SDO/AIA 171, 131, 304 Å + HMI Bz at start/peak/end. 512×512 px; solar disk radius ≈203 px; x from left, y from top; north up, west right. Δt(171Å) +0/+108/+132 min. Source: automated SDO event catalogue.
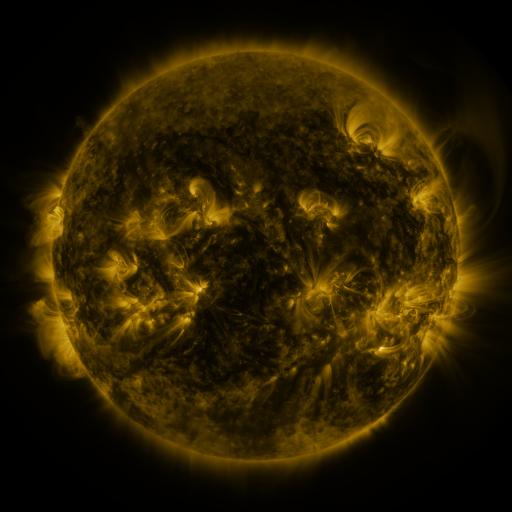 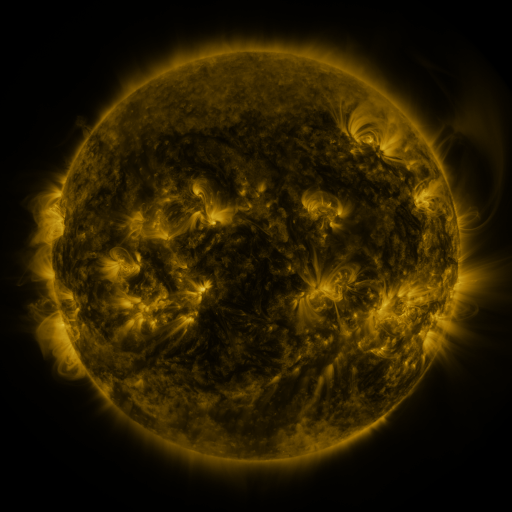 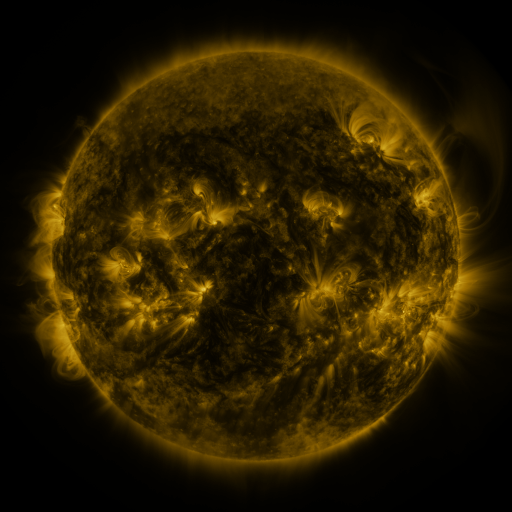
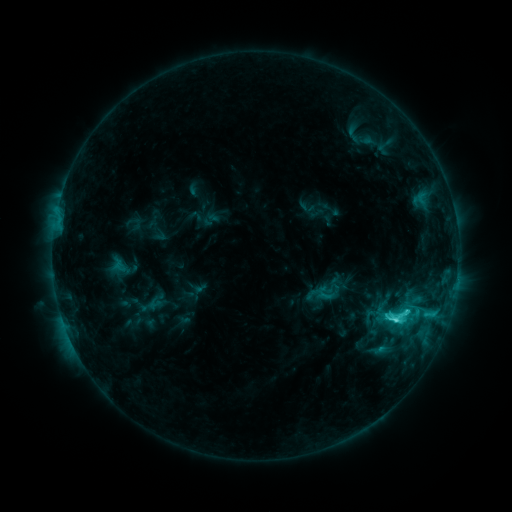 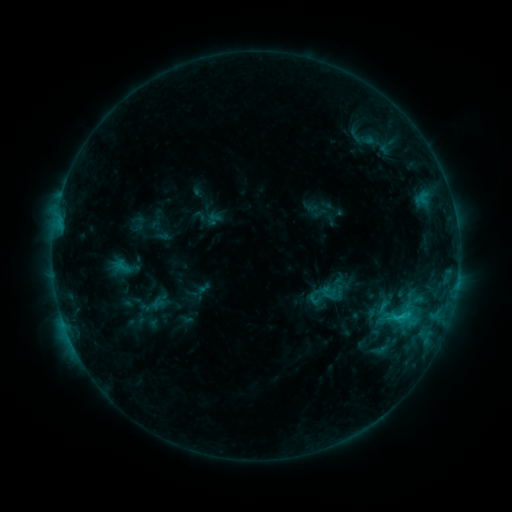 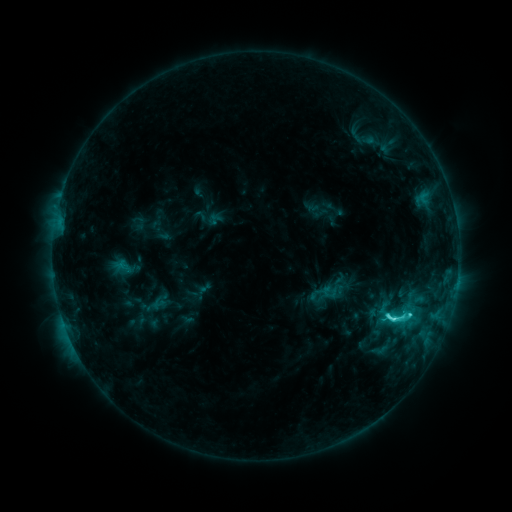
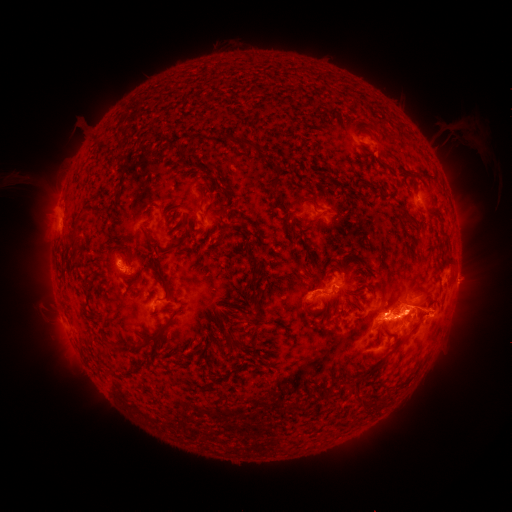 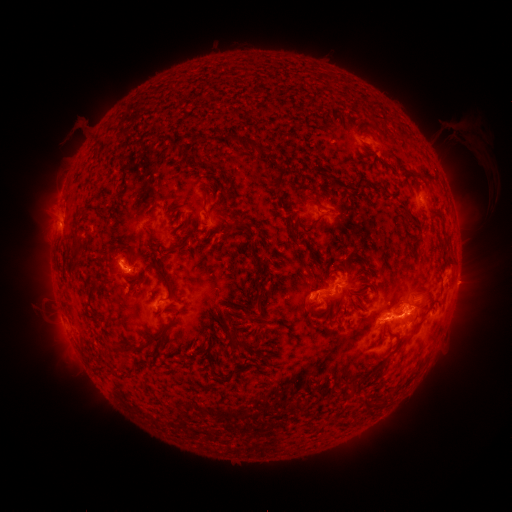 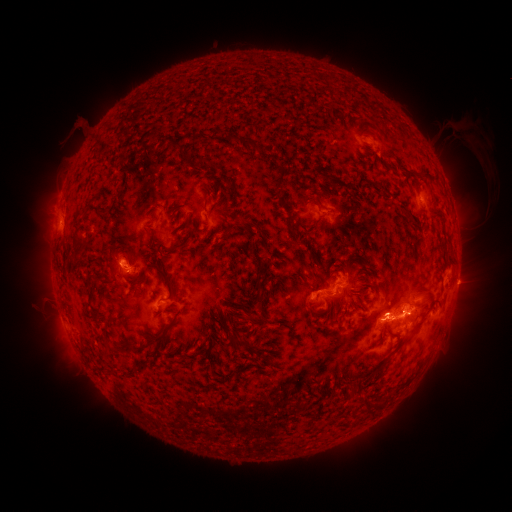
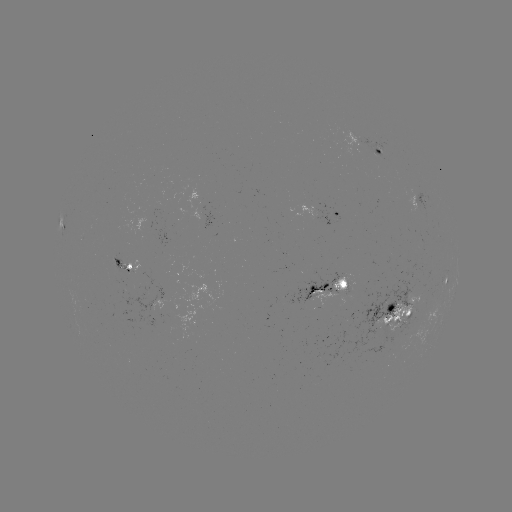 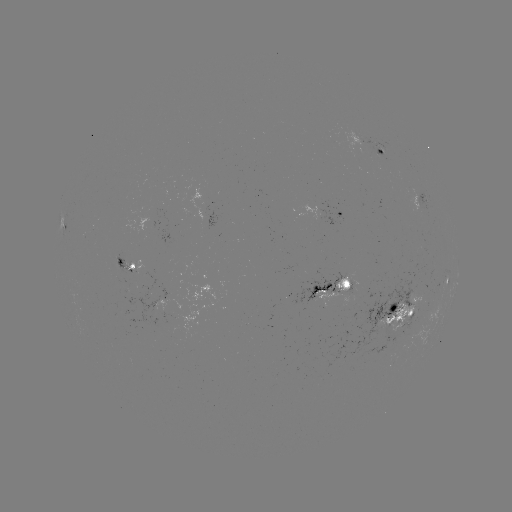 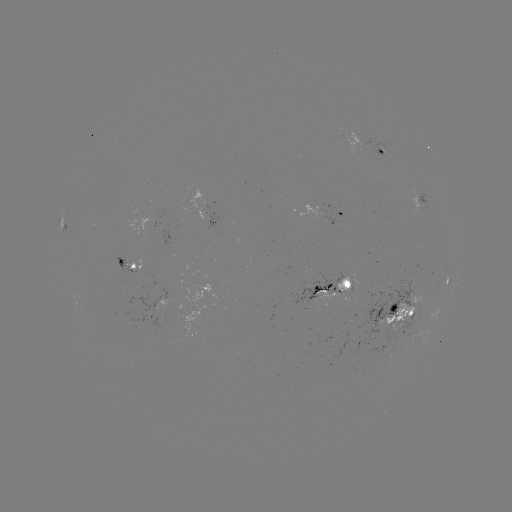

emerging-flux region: [335, 274, 348, 291]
